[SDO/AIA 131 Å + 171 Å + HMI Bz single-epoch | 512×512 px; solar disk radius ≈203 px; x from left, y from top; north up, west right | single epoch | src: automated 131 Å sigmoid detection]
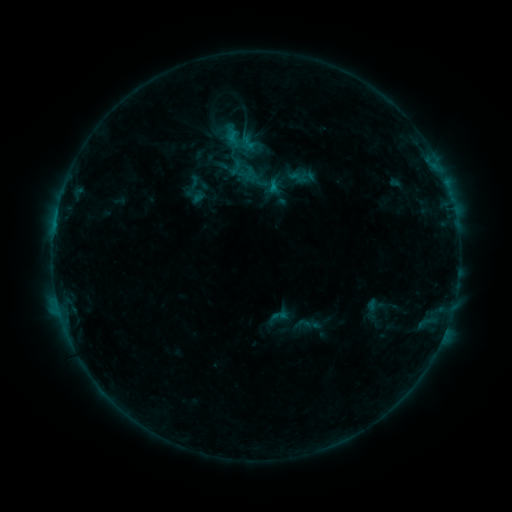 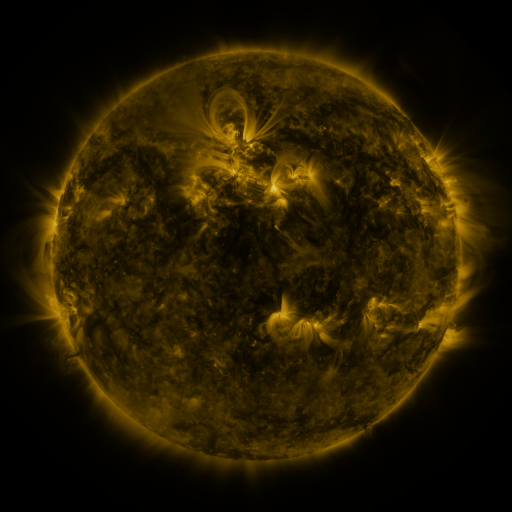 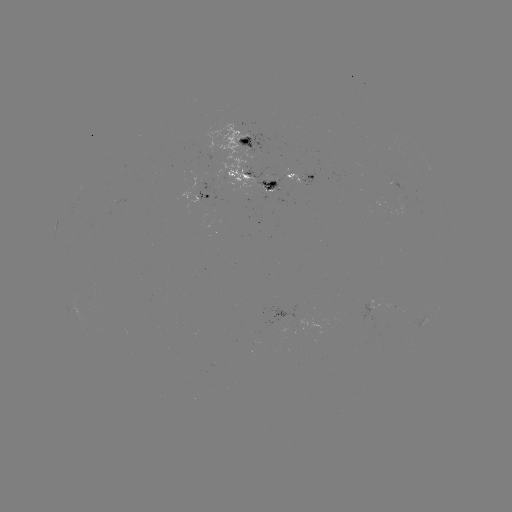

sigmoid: [222, 121, 268, 166]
